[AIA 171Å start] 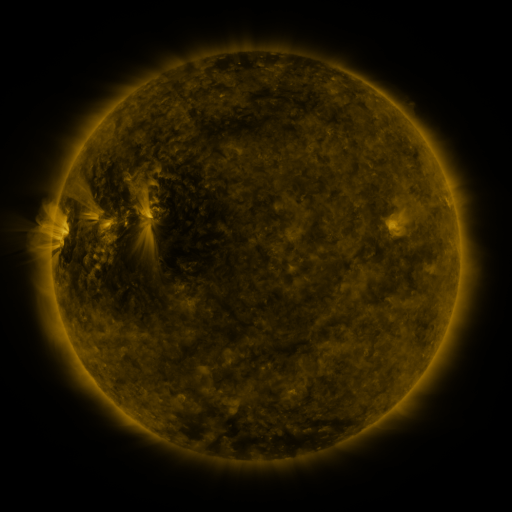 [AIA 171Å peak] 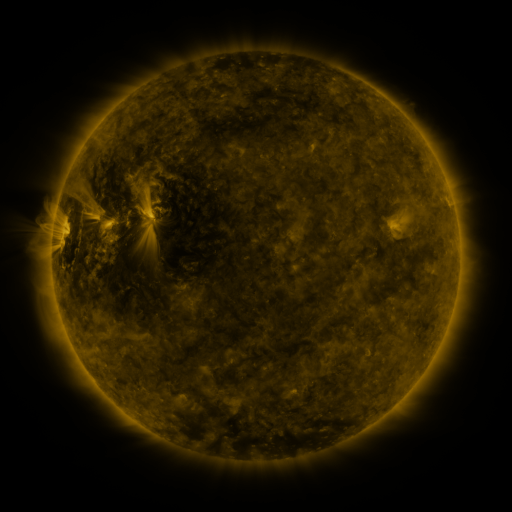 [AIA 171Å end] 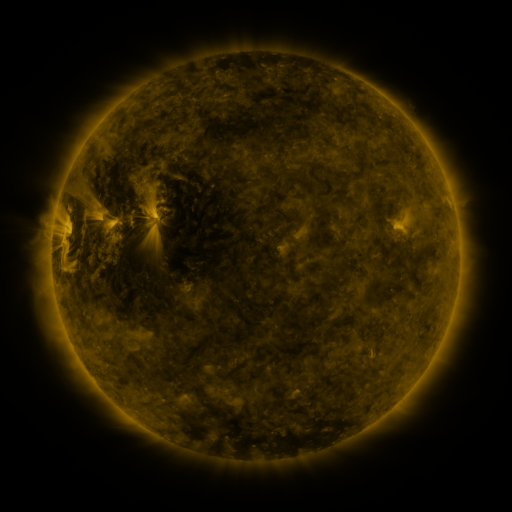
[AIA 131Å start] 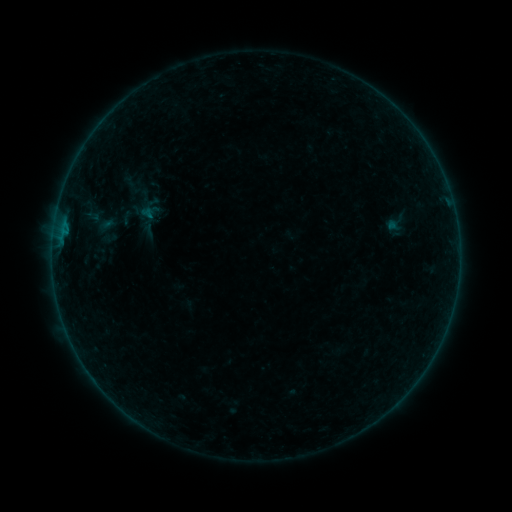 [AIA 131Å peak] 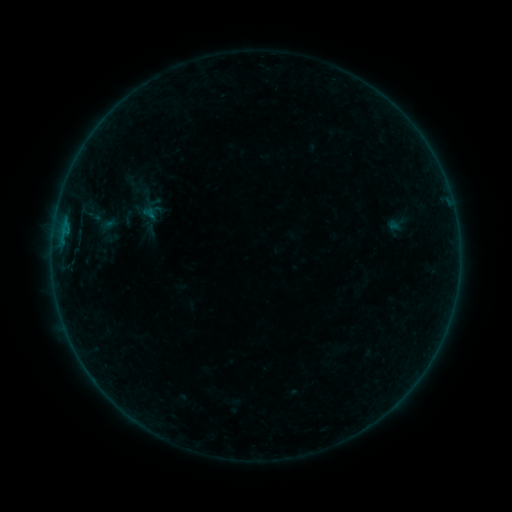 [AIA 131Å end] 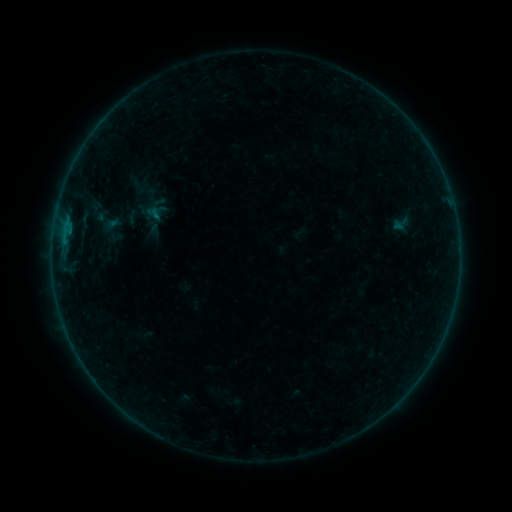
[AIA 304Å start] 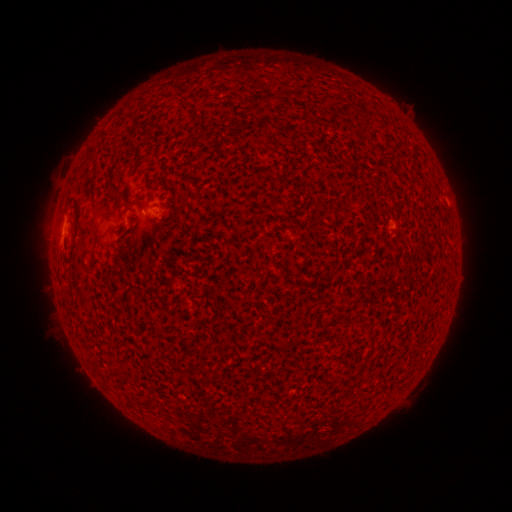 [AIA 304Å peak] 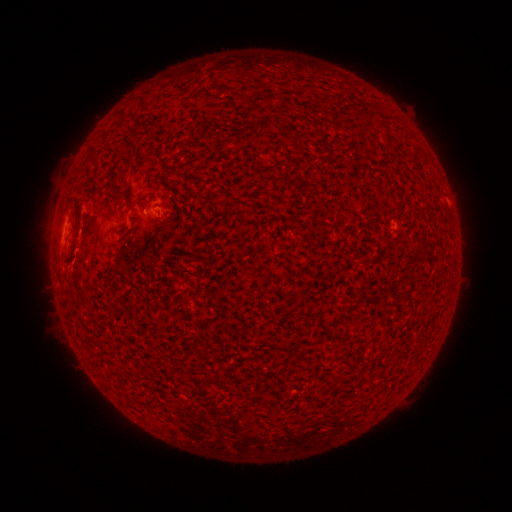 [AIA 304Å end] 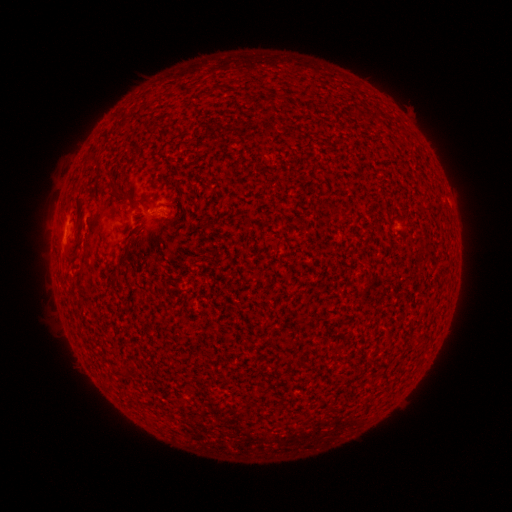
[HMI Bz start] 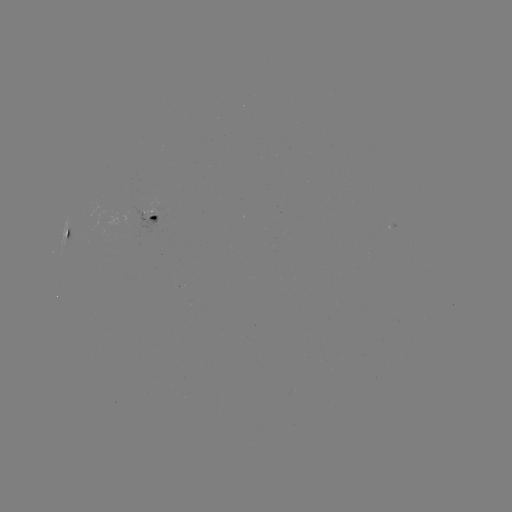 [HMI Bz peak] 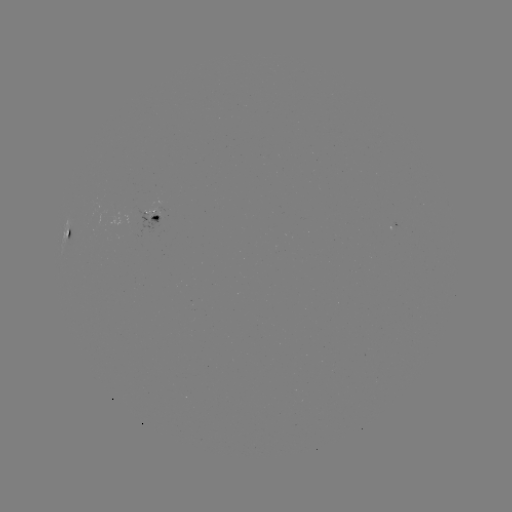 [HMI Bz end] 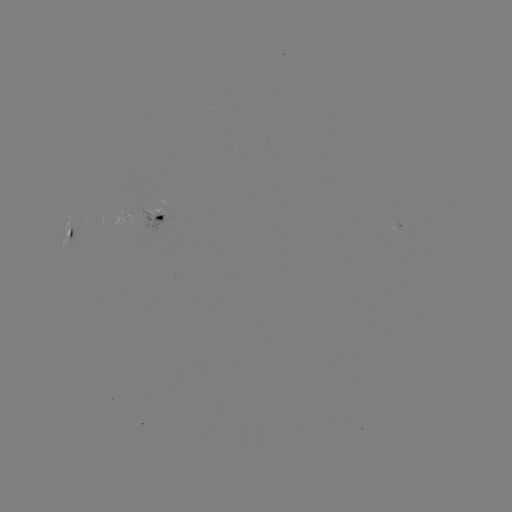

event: flare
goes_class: B2.1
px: (63, 255)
